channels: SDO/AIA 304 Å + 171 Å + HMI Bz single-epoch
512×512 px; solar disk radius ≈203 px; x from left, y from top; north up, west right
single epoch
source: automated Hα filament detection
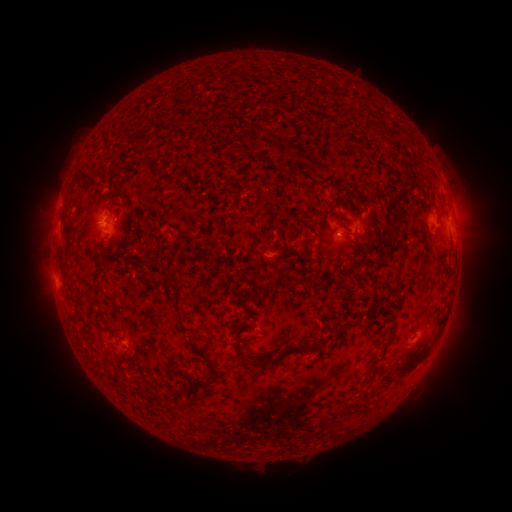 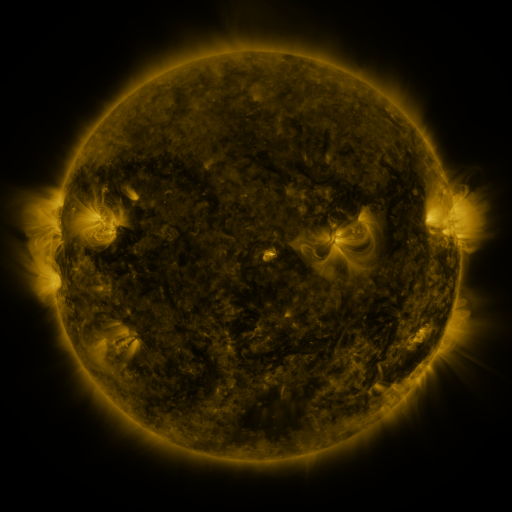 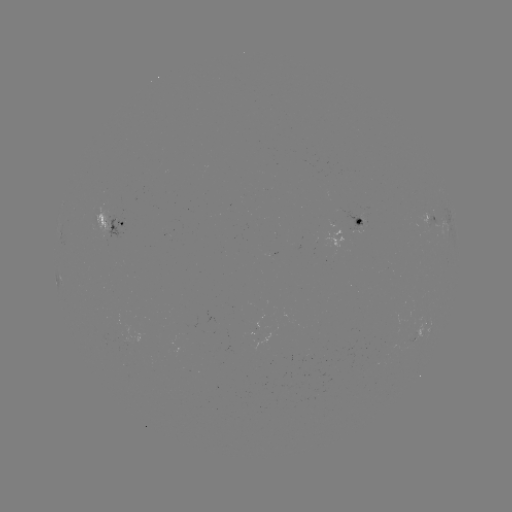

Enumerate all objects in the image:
filament: (243, 152)
filament: (144, 161)
filament: (153, 171)
filament: (93, 179)
filament: (353, 195)
filament: (337, 197)
filament: (394, 233)
filament: (70, 239)
filament: (372, 242)
filament: (265, 247)
filament: (141, 264)
filament: (447, 270)
filament: (65, 272)
filament: (283, 354)
filament: (417, 362)
filament: (197, 386)
